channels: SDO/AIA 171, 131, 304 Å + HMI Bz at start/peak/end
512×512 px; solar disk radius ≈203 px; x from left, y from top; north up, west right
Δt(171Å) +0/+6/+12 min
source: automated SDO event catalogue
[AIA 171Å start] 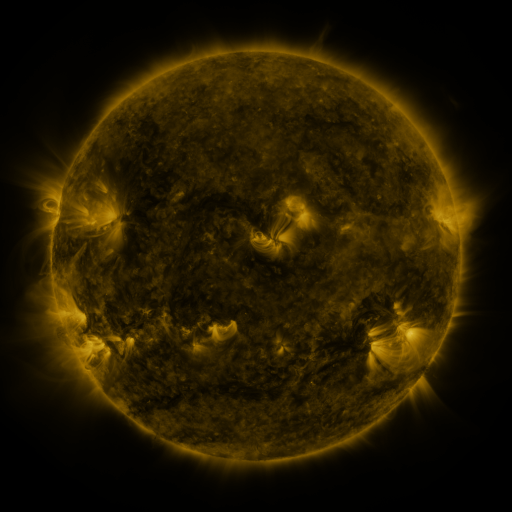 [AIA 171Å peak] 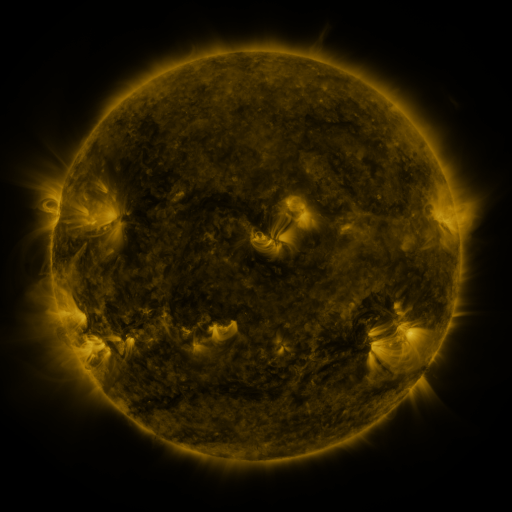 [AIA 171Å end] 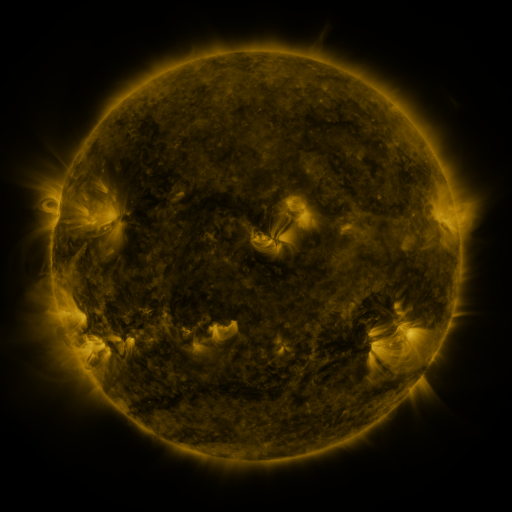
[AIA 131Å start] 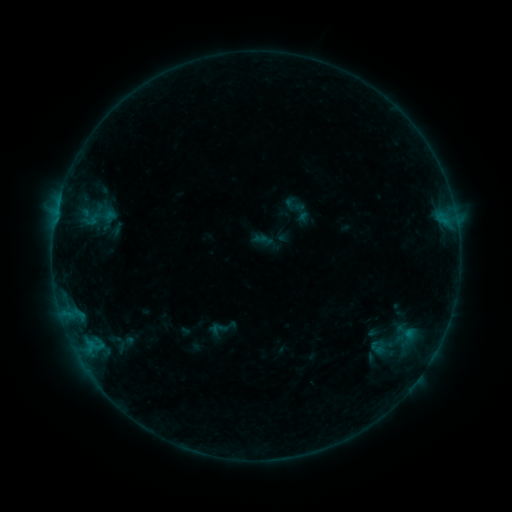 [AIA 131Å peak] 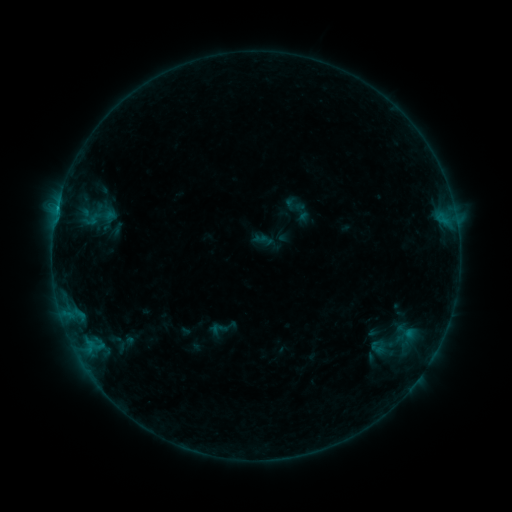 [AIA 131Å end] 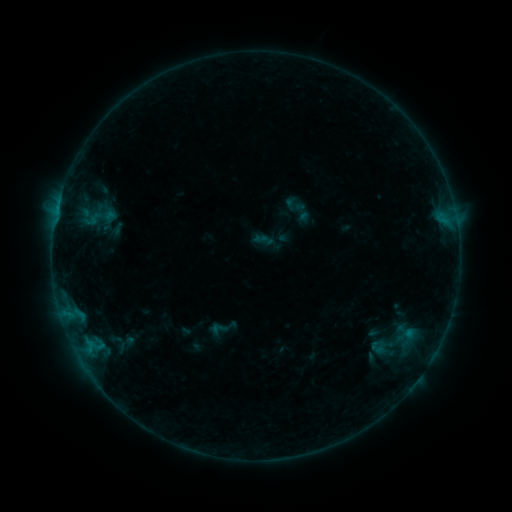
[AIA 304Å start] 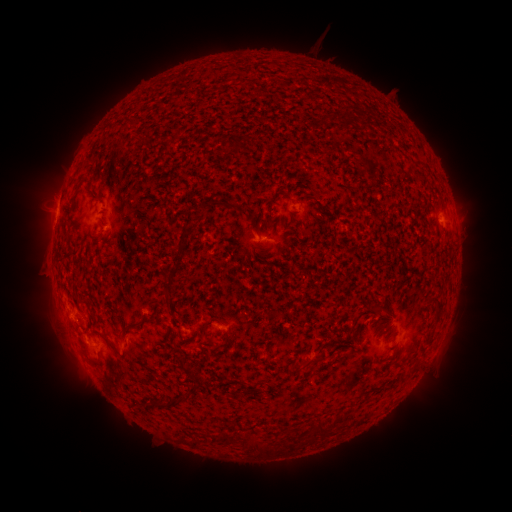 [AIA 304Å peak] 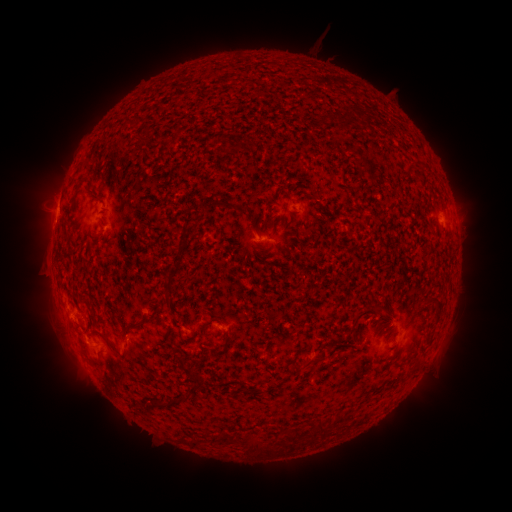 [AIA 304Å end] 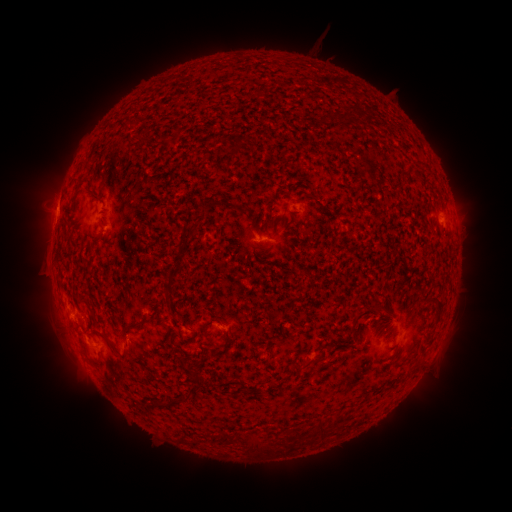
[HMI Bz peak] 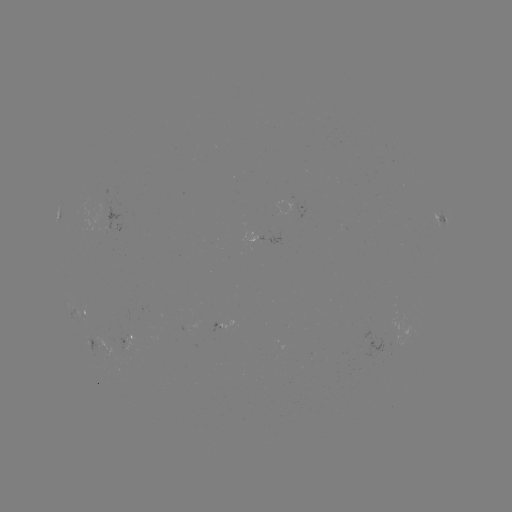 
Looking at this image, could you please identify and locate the B3.6 flare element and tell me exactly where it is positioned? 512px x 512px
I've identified B3.6 flare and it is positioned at [58, 210].